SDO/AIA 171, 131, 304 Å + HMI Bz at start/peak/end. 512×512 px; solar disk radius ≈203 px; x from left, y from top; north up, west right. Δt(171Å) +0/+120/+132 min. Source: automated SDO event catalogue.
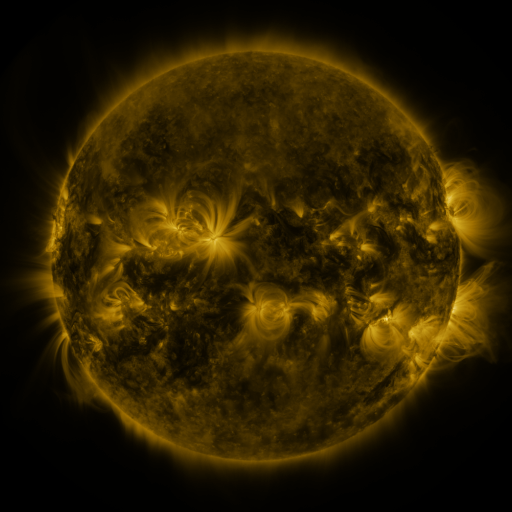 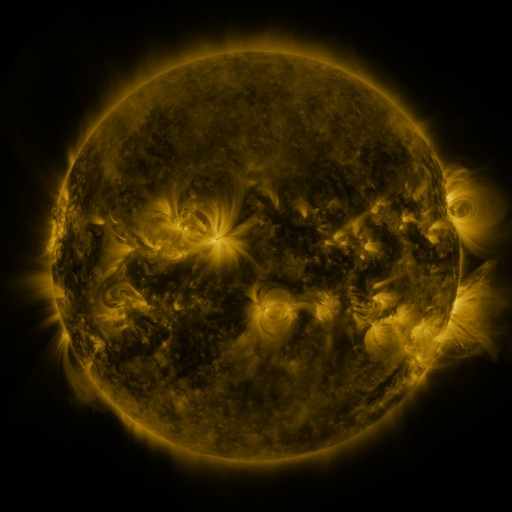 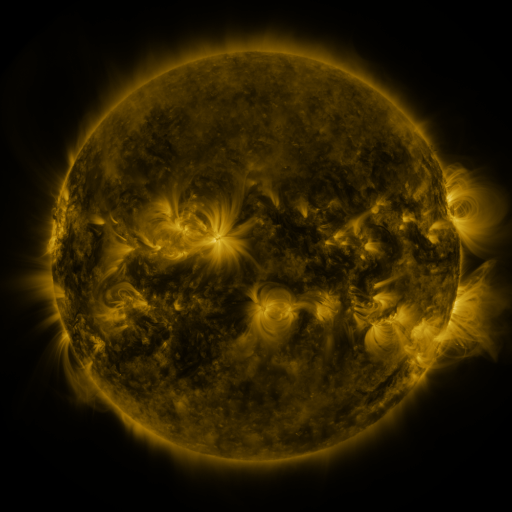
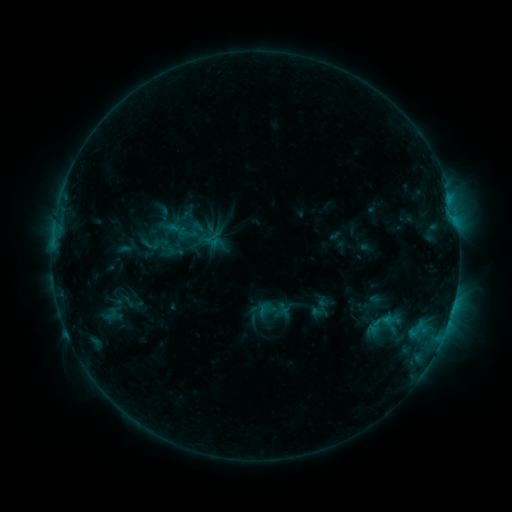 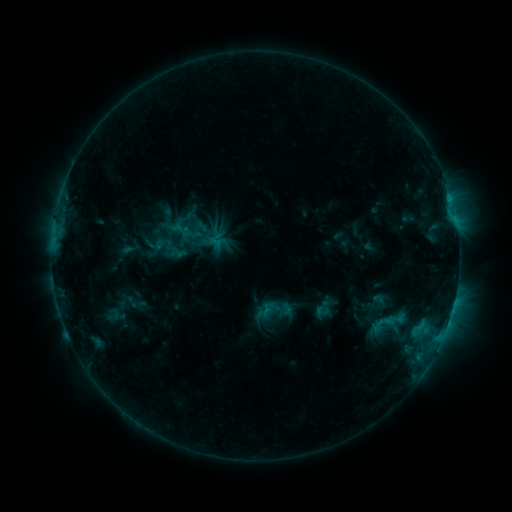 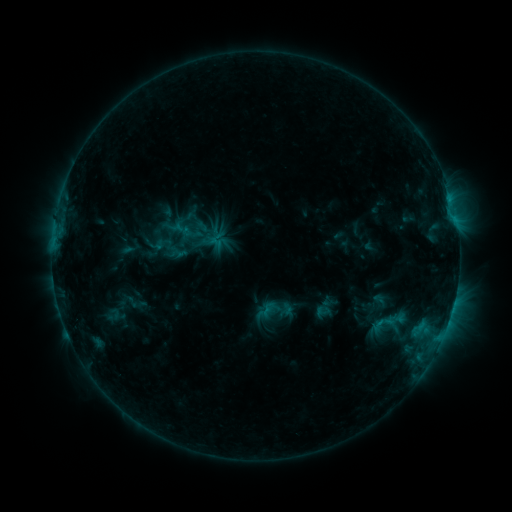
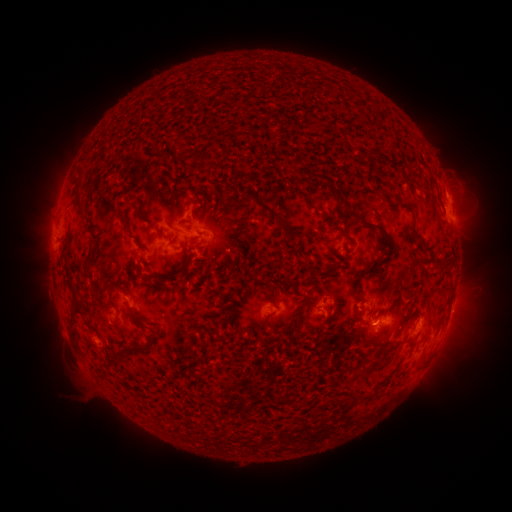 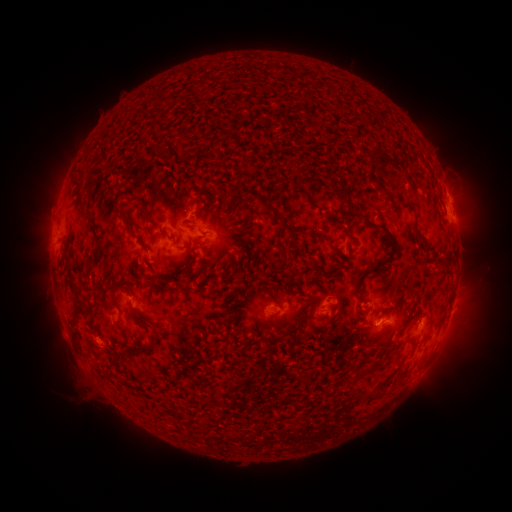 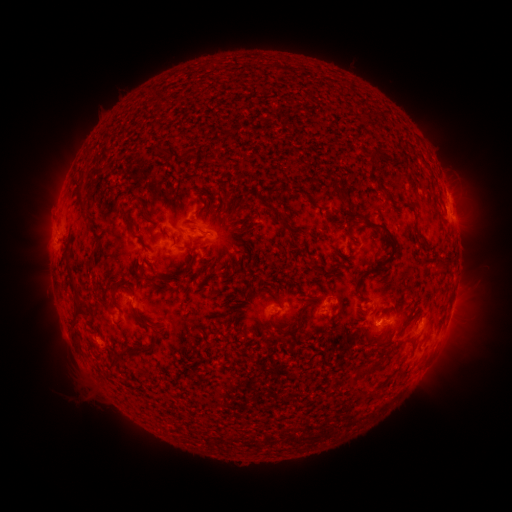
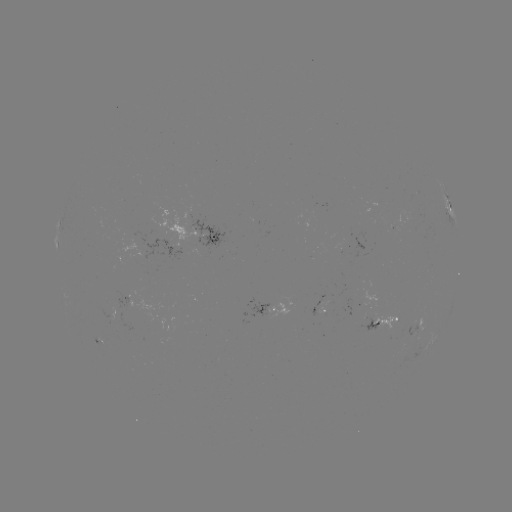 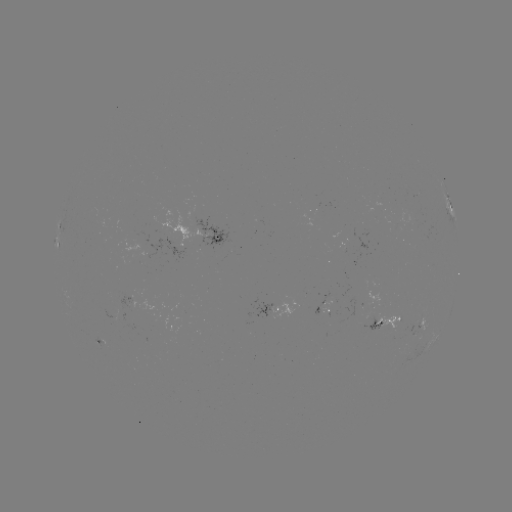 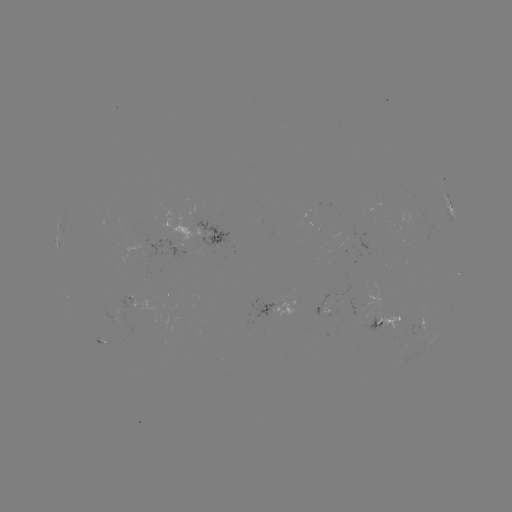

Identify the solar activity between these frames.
emerging-flux region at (398, 325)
